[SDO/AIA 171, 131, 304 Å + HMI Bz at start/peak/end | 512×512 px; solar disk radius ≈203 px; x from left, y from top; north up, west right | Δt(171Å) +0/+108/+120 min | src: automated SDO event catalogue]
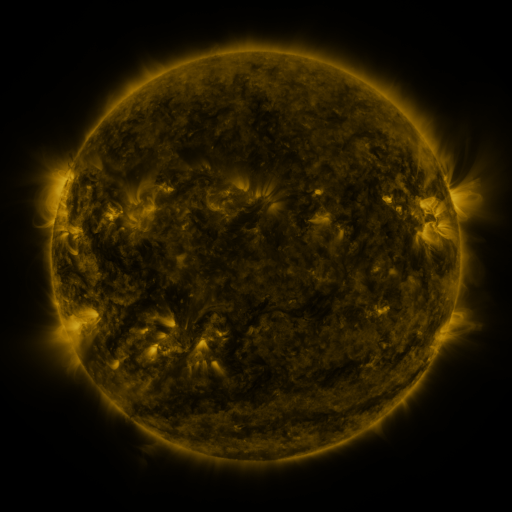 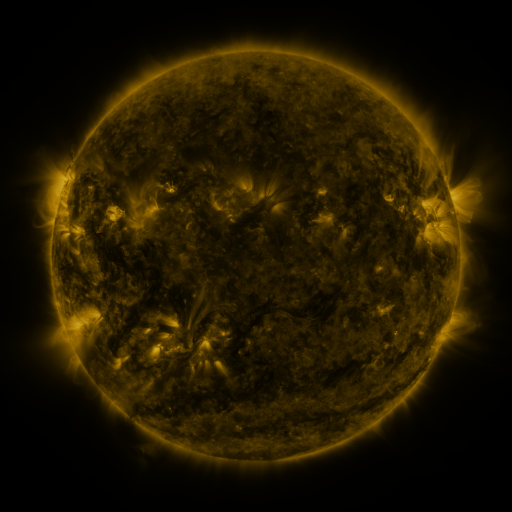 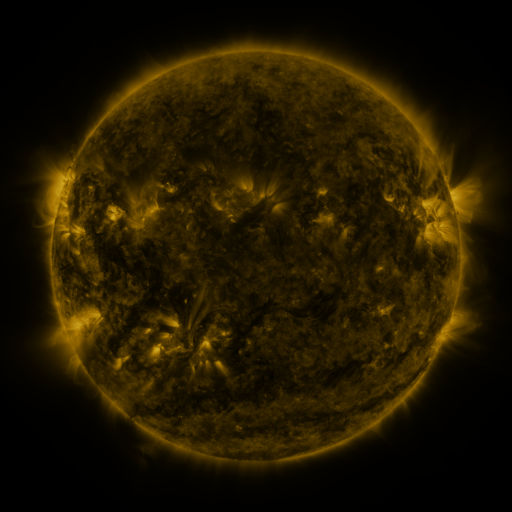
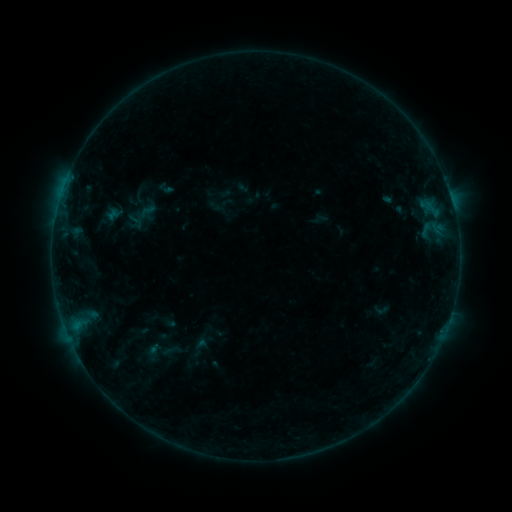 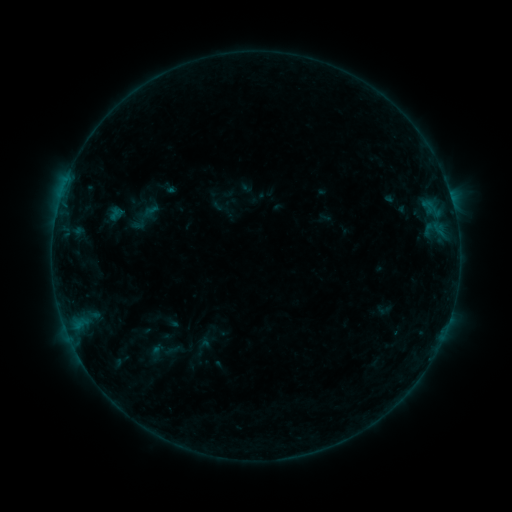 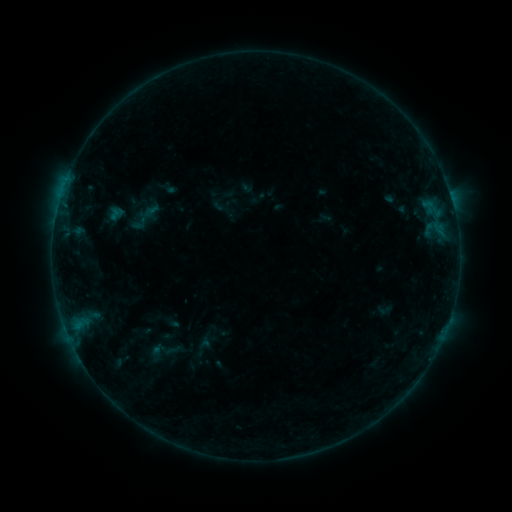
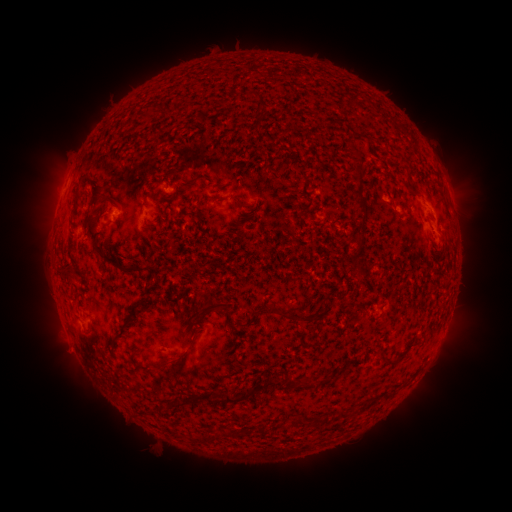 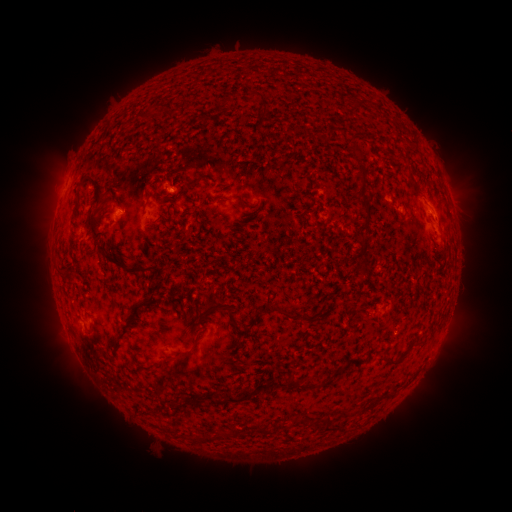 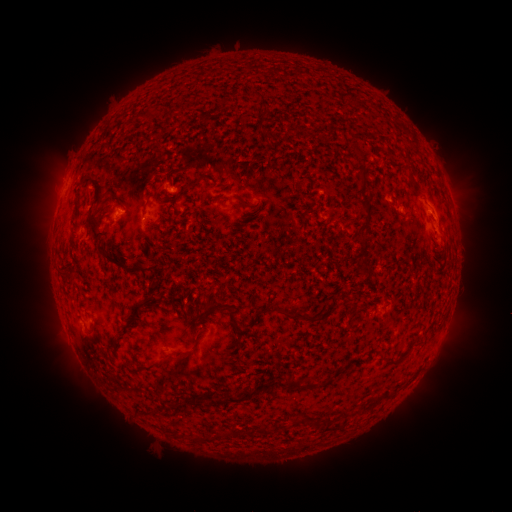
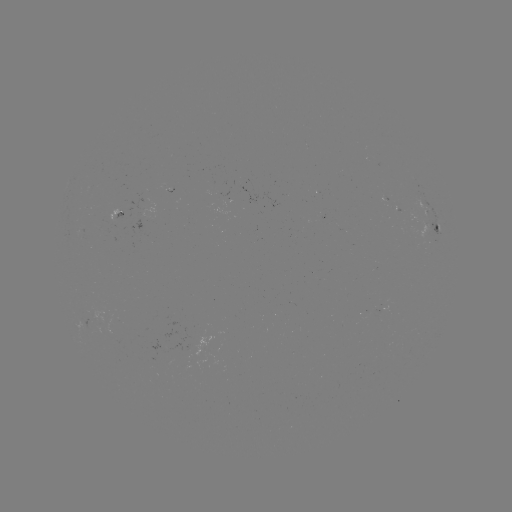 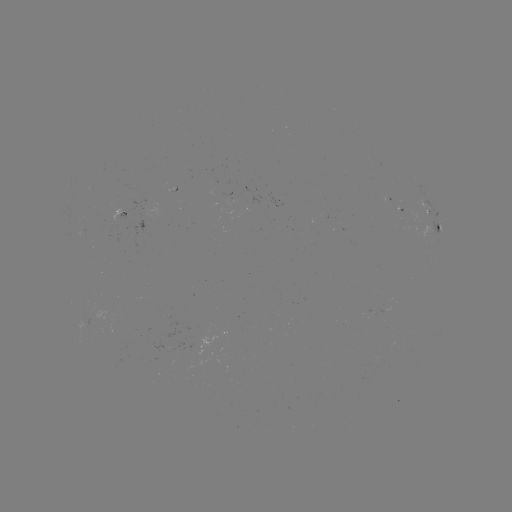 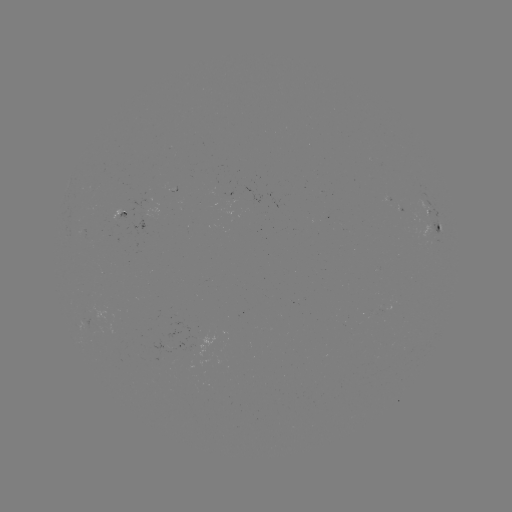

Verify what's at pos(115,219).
emerging-flux region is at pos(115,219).